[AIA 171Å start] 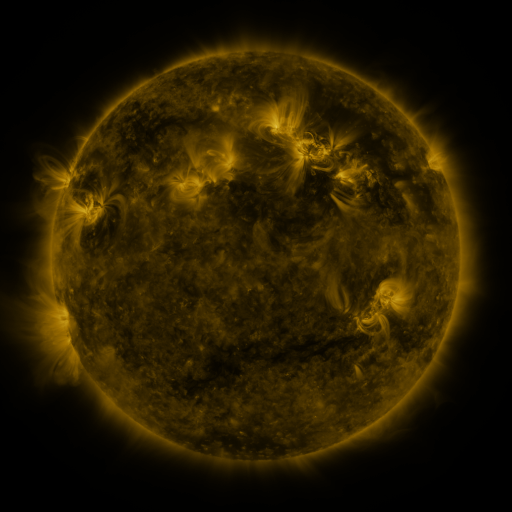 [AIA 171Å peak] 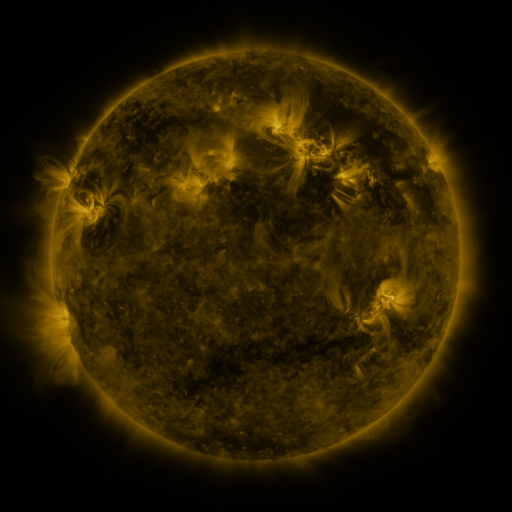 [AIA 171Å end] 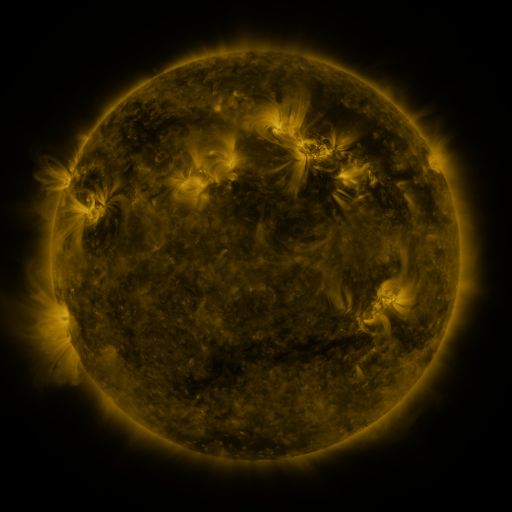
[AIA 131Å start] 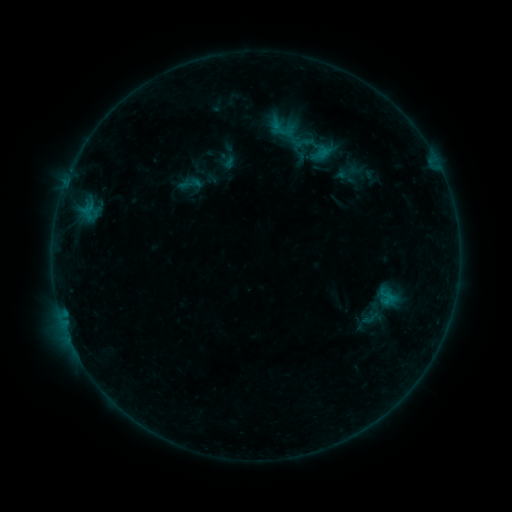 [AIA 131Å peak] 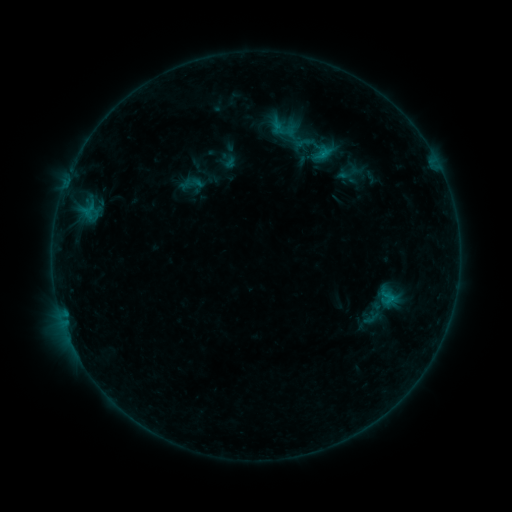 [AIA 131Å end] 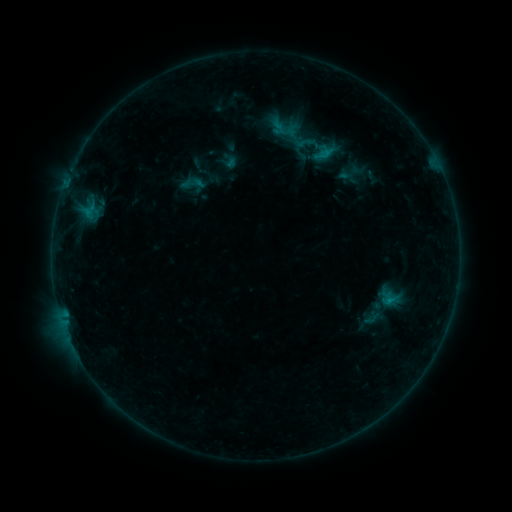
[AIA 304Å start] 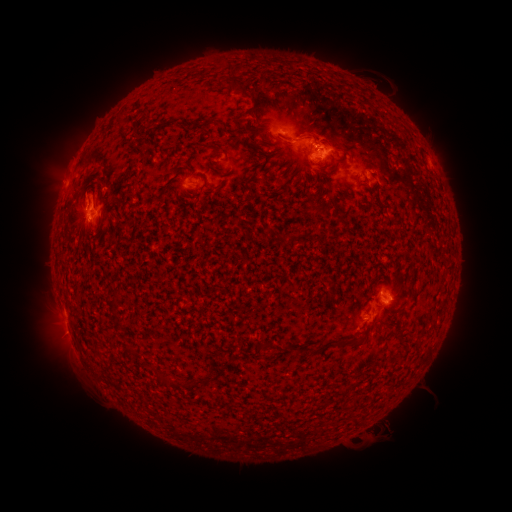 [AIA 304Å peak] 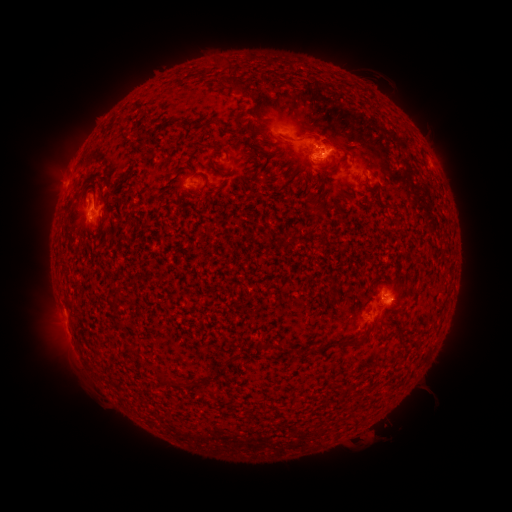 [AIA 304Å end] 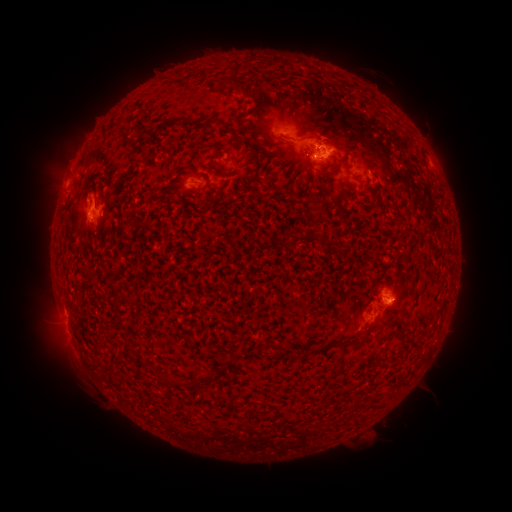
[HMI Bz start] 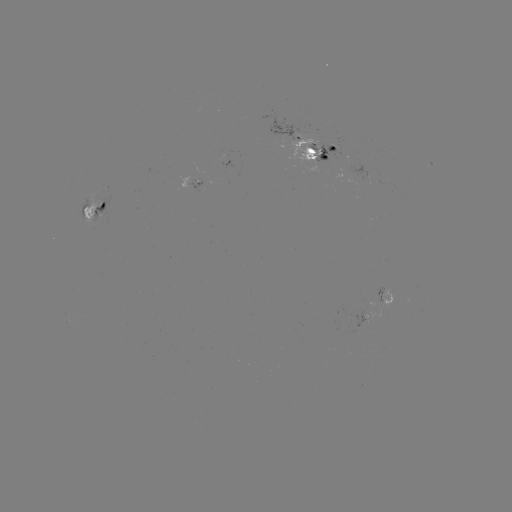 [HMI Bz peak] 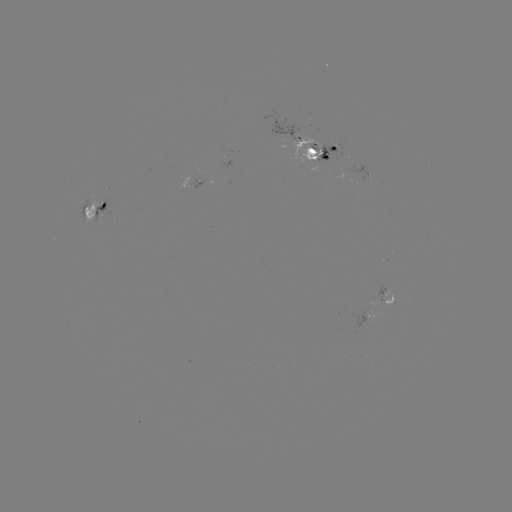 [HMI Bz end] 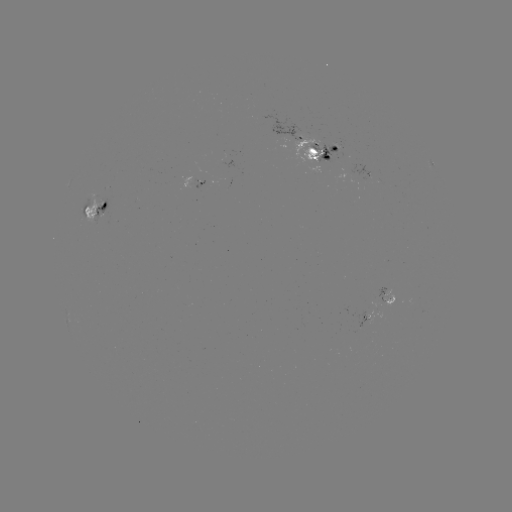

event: emerging-flux region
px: (334, 144)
